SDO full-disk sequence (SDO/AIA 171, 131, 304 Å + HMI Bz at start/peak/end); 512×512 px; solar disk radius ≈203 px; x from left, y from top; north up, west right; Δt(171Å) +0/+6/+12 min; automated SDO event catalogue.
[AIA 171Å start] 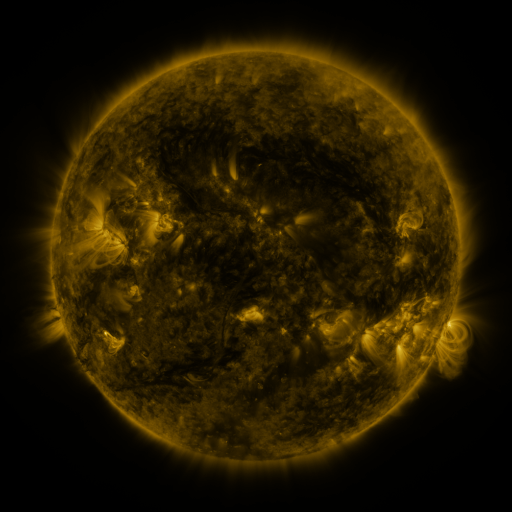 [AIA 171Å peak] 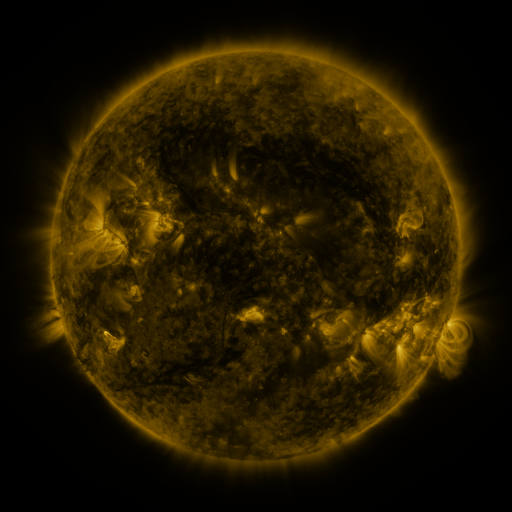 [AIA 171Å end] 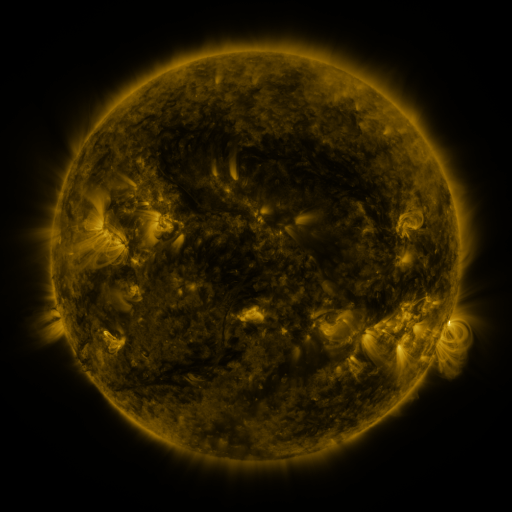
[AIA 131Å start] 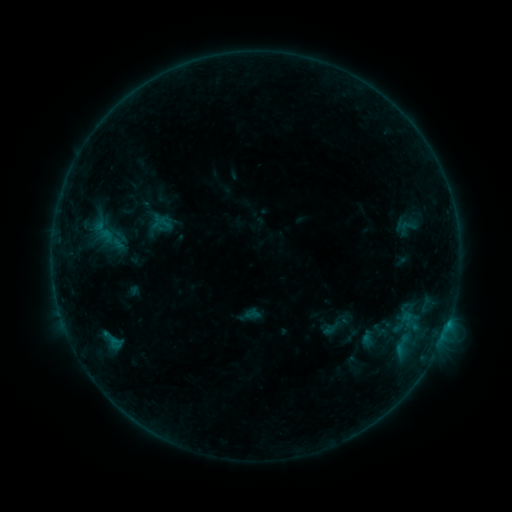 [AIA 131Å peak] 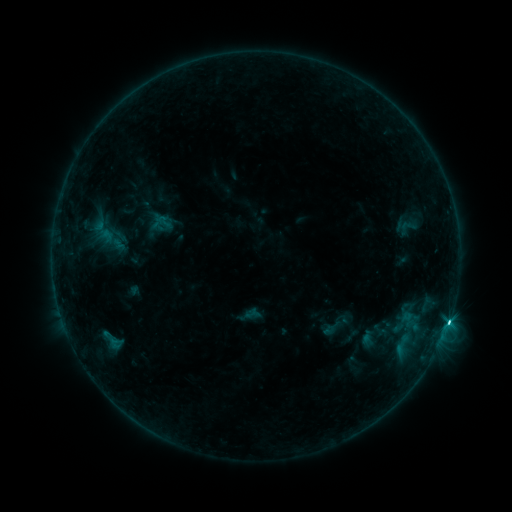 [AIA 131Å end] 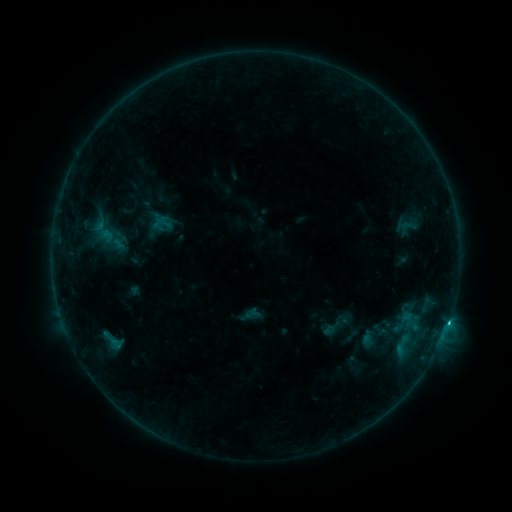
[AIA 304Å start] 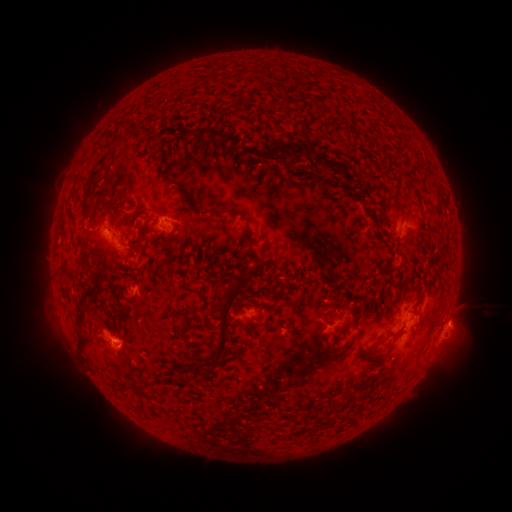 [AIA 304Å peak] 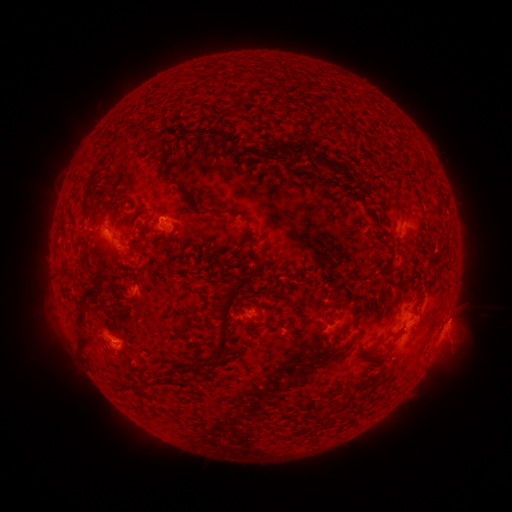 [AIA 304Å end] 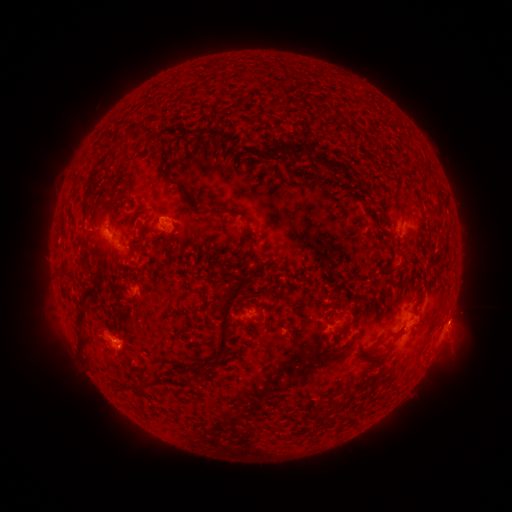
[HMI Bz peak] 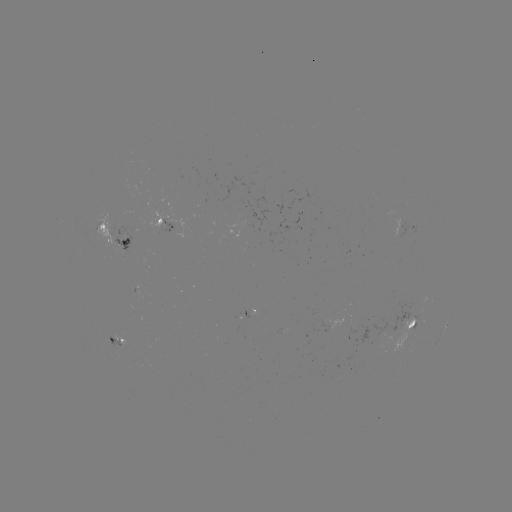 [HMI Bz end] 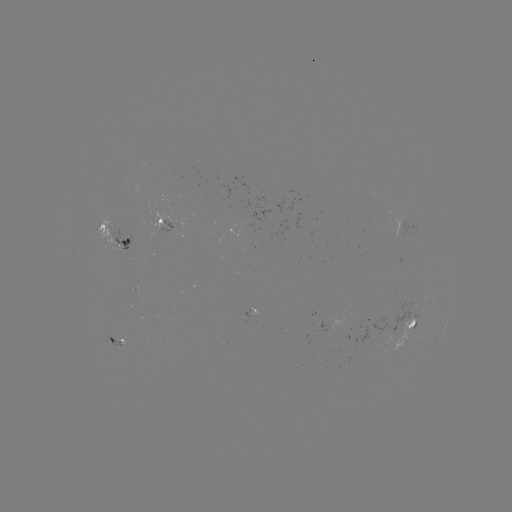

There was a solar flare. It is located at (444, 326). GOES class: C2.9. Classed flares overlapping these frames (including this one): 1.